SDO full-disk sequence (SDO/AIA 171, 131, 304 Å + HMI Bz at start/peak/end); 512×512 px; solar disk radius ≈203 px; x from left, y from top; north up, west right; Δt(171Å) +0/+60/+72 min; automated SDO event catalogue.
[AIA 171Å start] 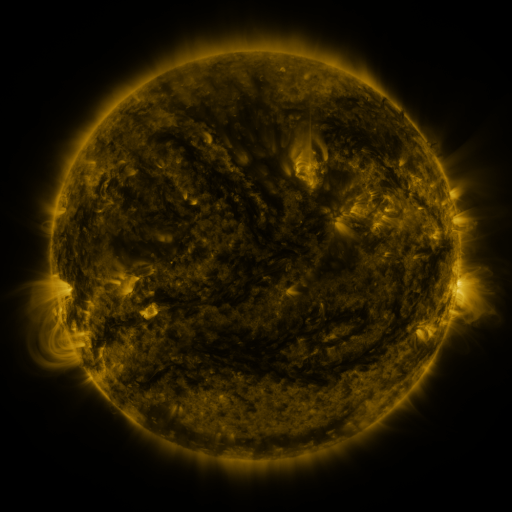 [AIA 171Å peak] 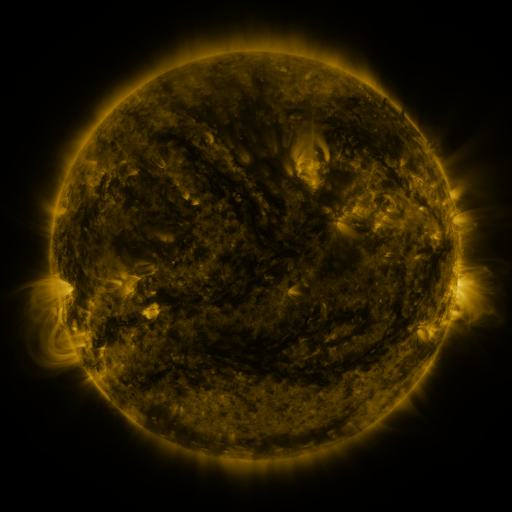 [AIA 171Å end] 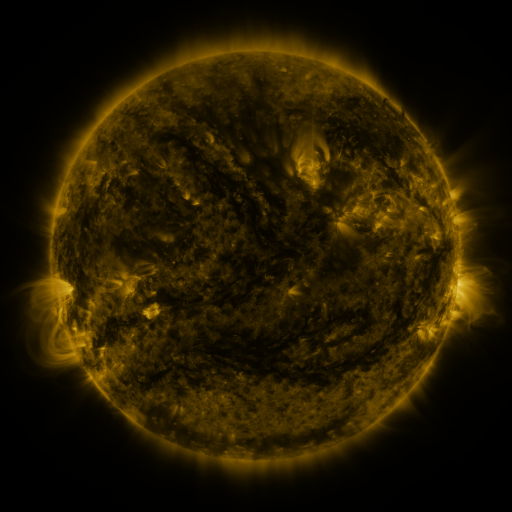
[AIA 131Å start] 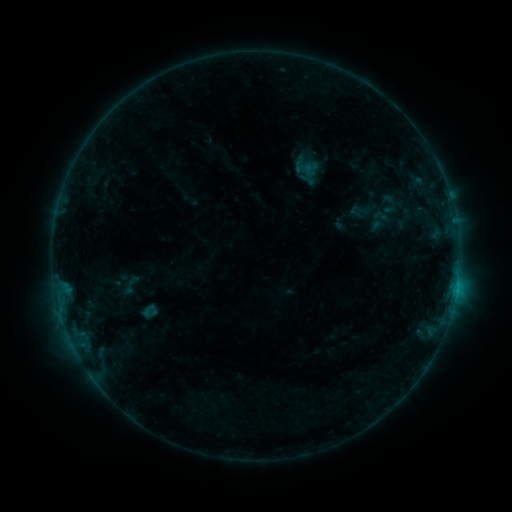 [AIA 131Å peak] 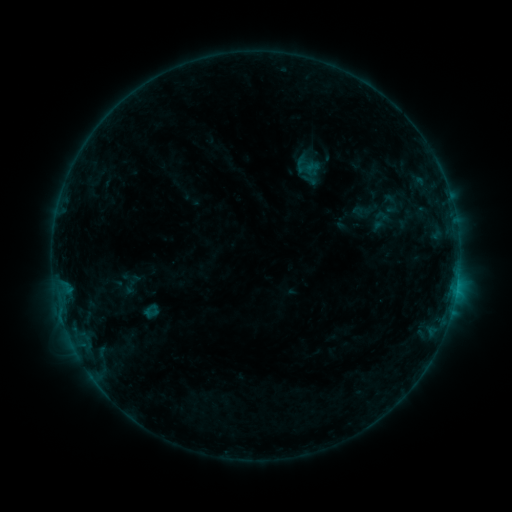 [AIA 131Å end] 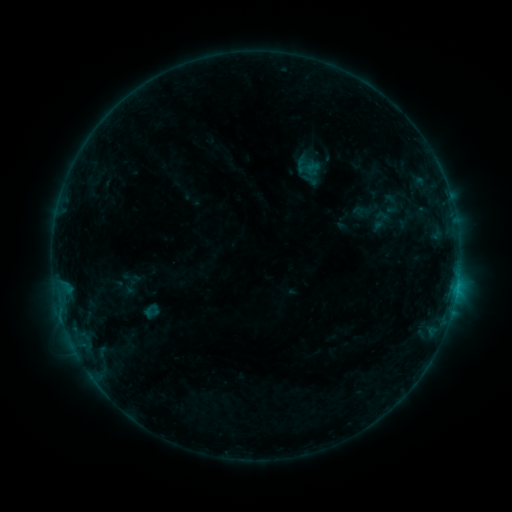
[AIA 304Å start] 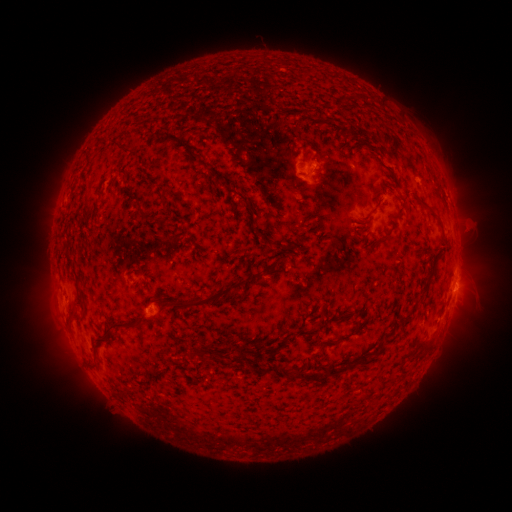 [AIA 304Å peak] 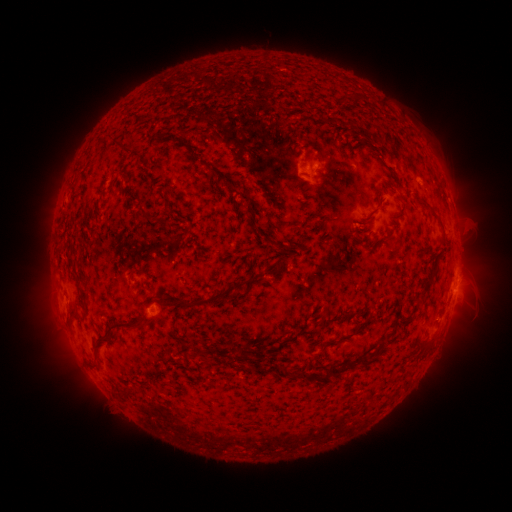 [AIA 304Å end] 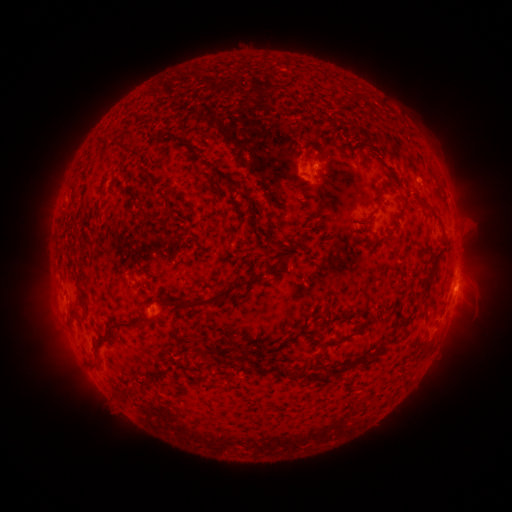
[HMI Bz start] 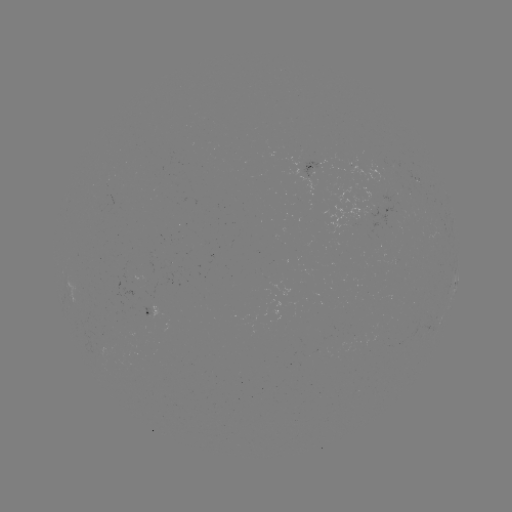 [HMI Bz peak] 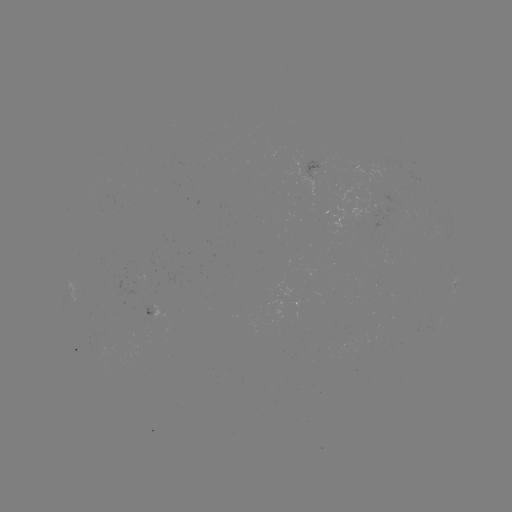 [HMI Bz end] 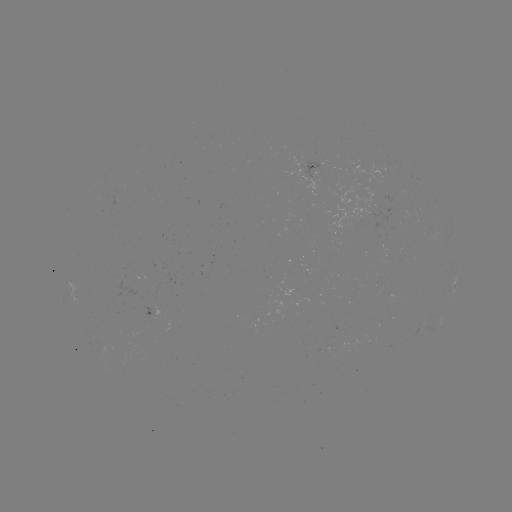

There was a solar emerging-flux region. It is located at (380, 164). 